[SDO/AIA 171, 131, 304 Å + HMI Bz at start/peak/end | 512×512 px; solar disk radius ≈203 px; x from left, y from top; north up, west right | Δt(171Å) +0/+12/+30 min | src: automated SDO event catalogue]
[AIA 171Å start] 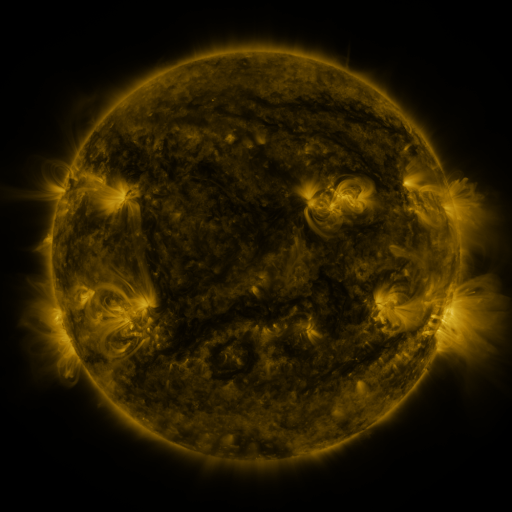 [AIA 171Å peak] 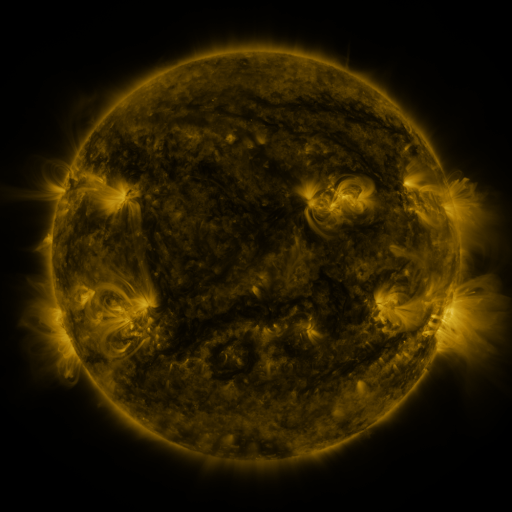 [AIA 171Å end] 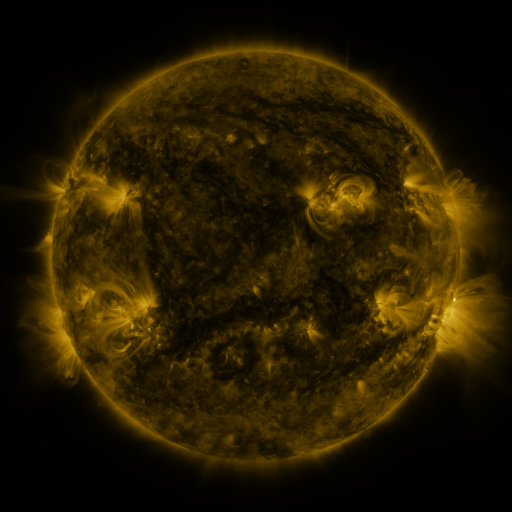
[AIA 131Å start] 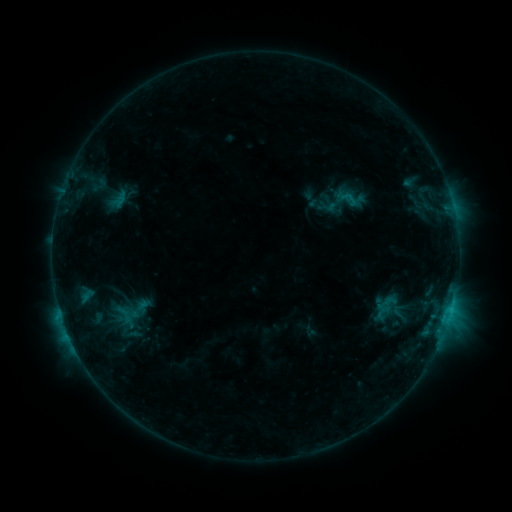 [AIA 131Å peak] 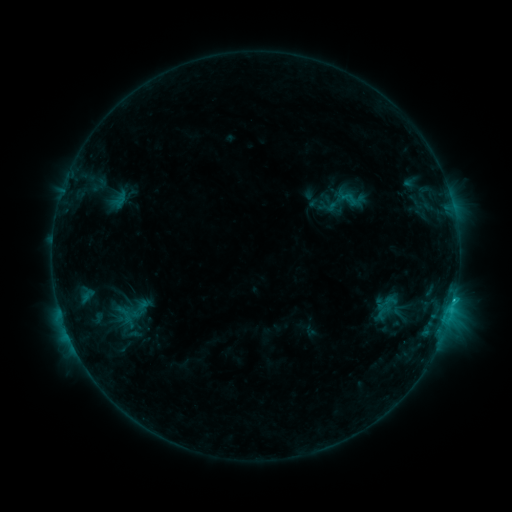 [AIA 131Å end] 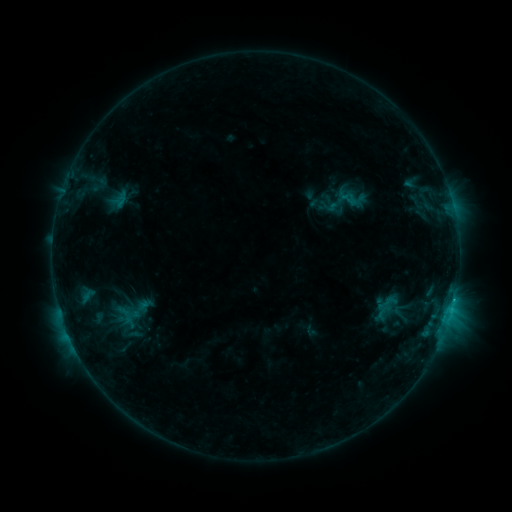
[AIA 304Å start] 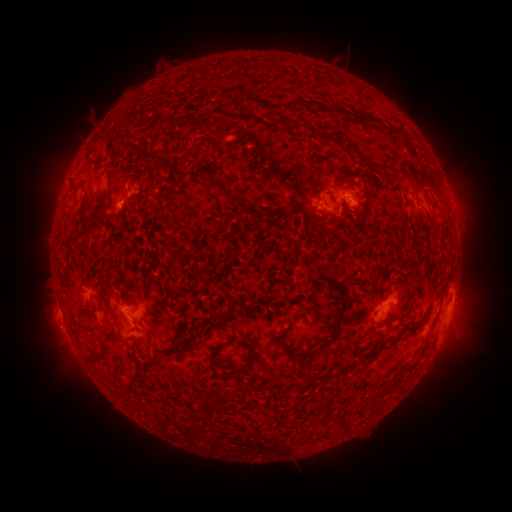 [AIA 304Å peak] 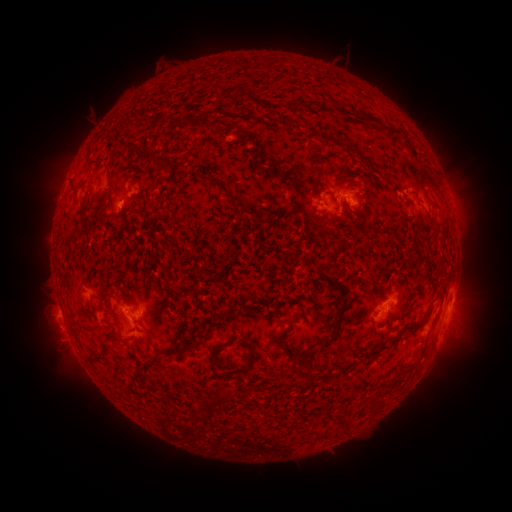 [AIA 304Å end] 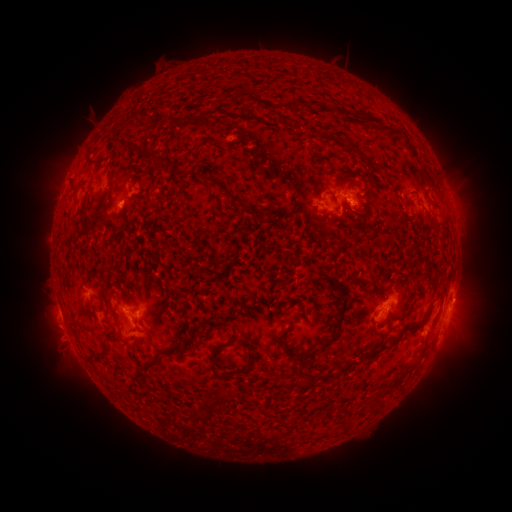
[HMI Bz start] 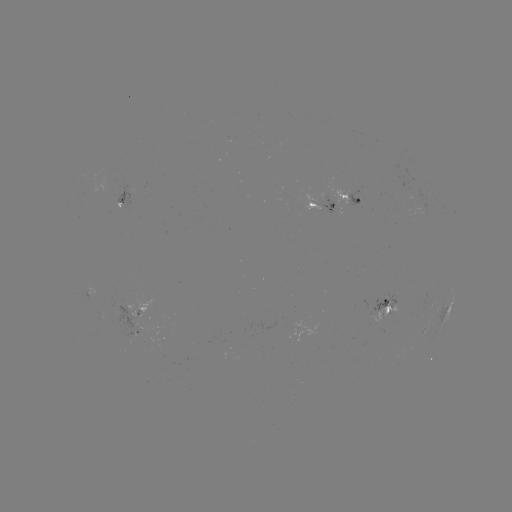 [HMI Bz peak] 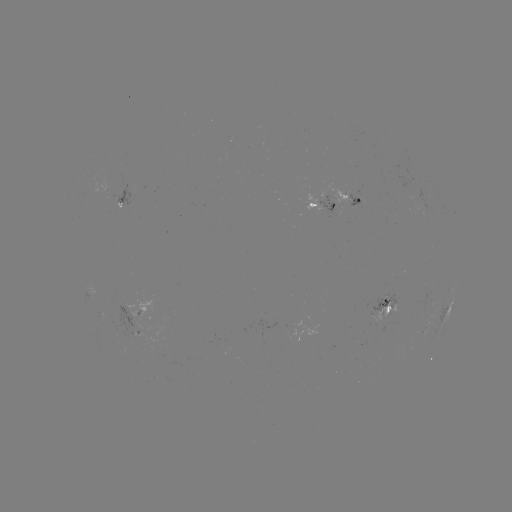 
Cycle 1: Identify B9.7 flare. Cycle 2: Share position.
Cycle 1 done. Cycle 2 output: [454, 297].